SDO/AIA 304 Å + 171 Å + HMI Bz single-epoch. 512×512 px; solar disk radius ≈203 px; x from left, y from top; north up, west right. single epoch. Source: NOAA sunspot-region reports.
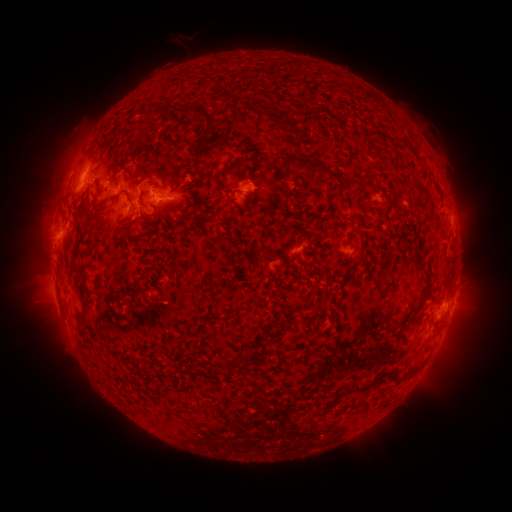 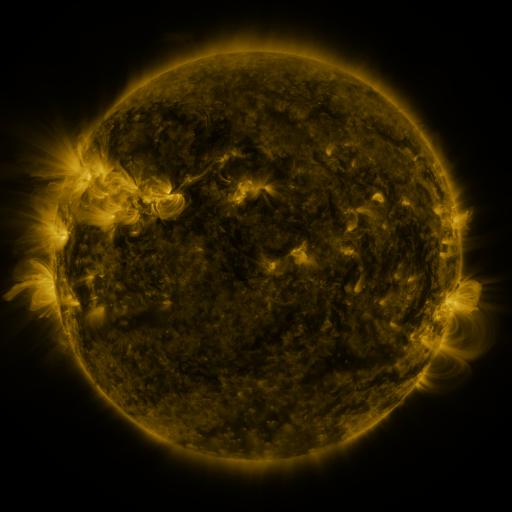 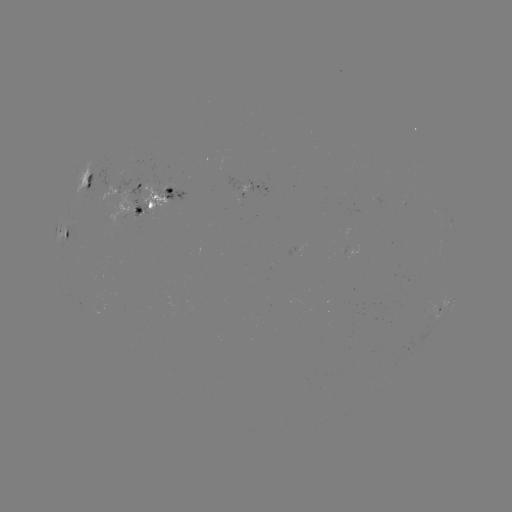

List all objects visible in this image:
spotted active region: (91, 180)
spotted active region: (262, 187)
spotted active region: (168, 192)
spotted active region: (69, 234)
spotted active region: (452, 305)
spotted active region: (445, 307)
